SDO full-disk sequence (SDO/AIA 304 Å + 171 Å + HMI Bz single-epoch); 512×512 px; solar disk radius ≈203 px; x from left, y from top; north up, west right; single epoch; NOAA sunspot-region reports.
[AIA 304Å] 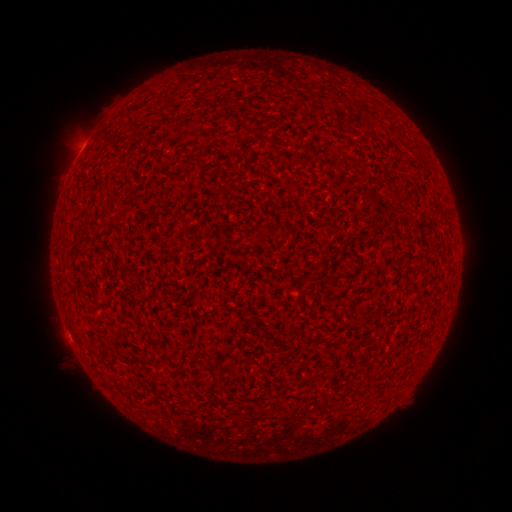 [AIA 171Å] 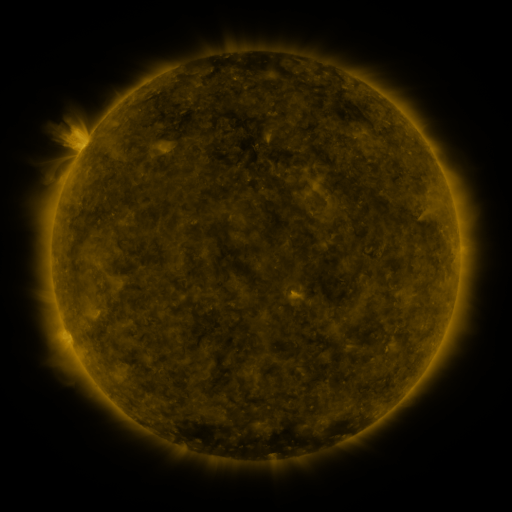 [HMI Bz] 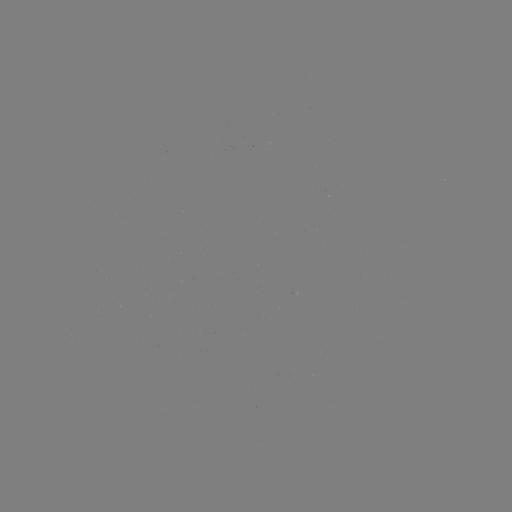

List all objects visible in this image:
(none)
